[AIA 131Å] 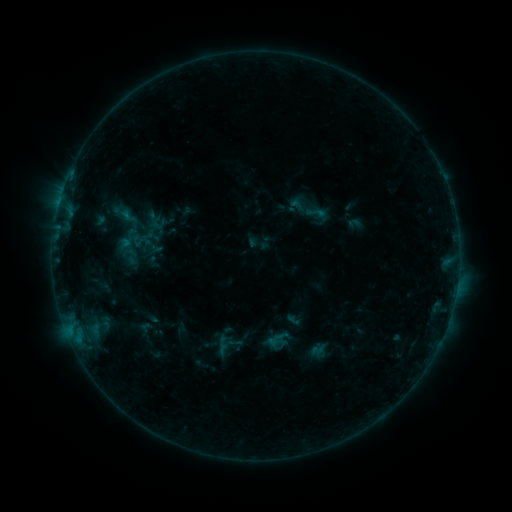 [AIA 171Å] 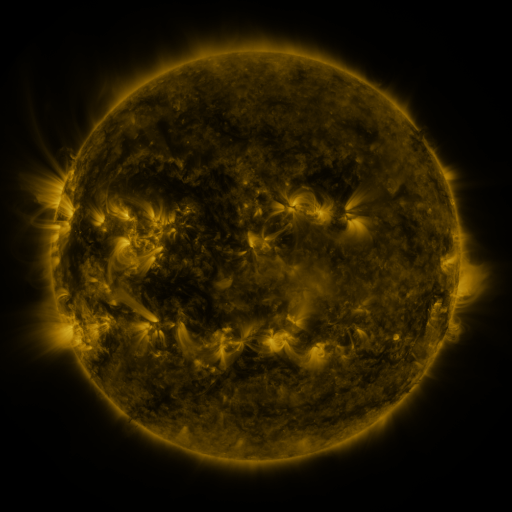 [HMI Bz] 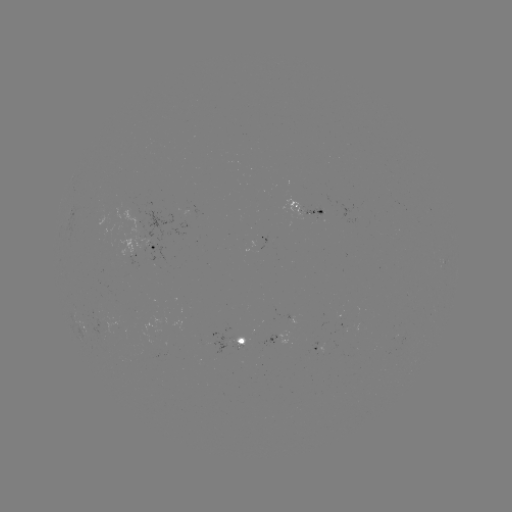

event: sigmoid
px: (317, 214)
